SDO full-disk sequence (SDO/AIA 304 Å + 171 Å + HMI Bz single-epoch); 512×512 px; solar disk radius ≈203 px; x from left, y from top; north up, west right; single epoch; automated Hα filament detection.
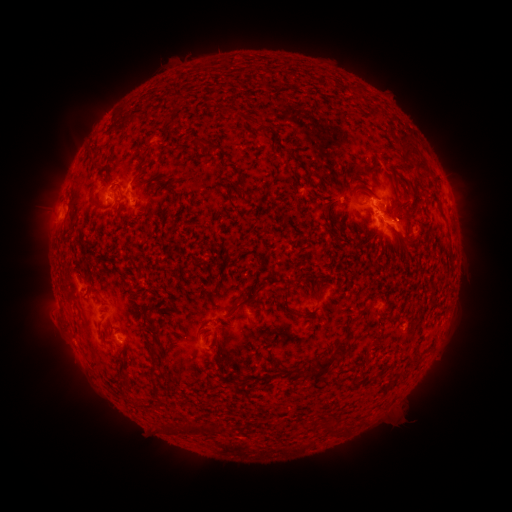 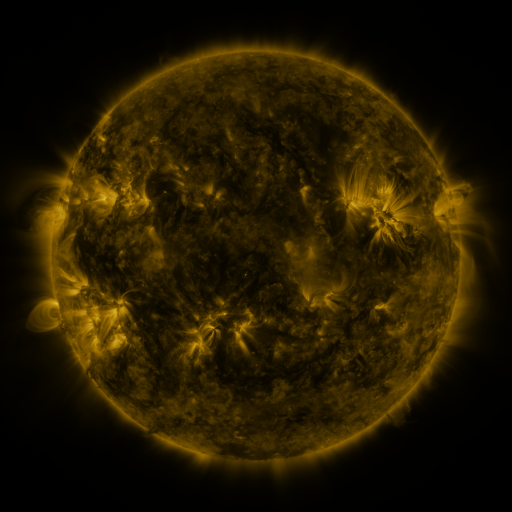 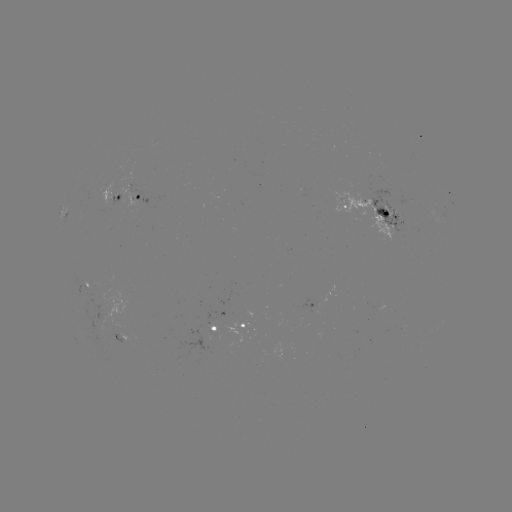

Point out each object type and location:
filament: [194, 137, 204, 148]
filament: [210, 142, 219, 151]
filament: [416, 161, 428, 171]
filament: [138, 162, 145, 174]
filament: [89, 189, 97, 201]
filament: [327, 222, 334, 232]
filament: [404, 239, 418, 248]
filament: [314, 283, 330, 305]
filament: [282, 292, 294, 316]
filament: [236, 295, 254, 308]
filament: [335, 340, 347, 364]
filament: [148, 344, 158, 354]
filament: [314, 358, 332, 373]
filament: [303, 362, 319, 375]
filament: [148, 365, 156, 373]
